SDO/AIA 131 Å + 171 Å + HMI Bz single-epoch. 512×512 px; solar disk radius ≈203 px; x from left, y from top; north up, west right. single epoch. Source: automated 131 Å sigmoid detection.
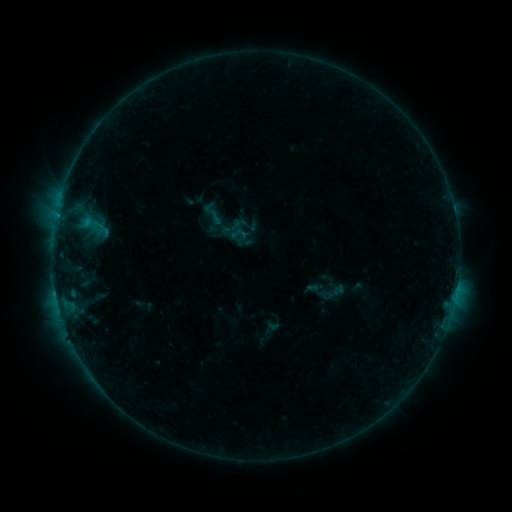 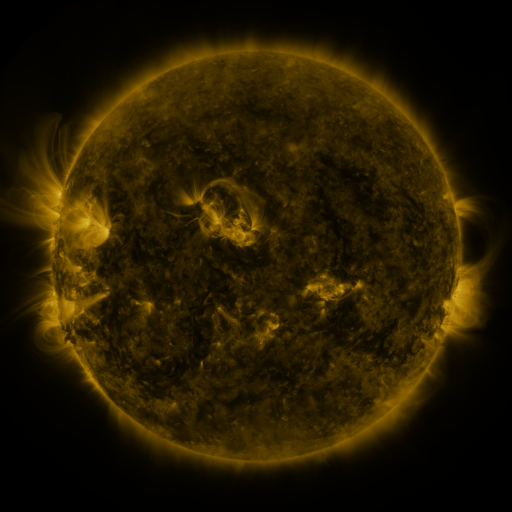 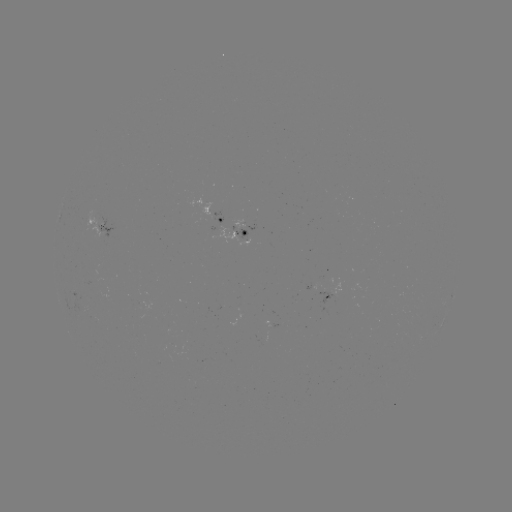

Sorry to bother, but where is sigmoid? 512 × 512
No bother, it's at [331, 292].